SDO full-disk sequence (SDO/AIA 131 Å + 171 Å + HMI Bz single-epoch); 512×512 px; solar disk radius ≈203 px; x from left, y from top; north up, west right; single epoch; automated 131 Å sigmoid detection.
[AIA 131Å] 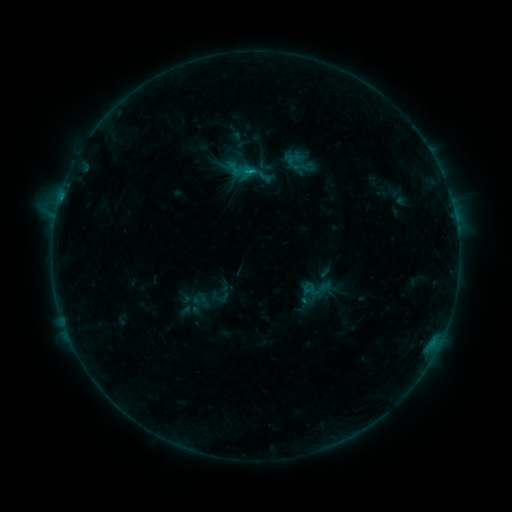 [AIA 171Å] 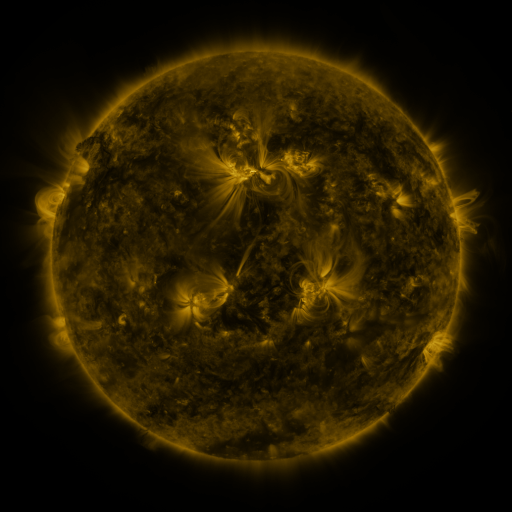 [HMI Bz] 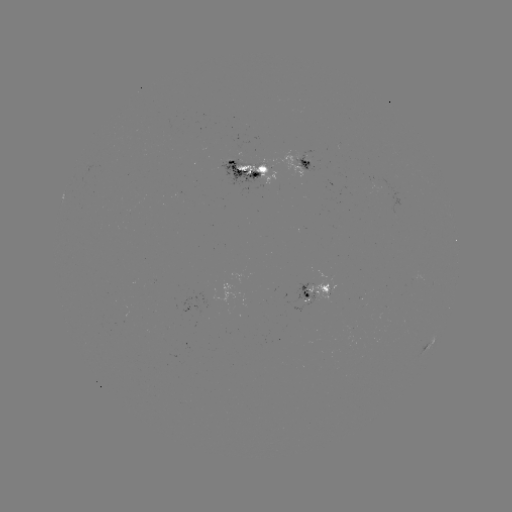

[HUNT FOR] sigmoid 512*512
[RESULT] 253,172